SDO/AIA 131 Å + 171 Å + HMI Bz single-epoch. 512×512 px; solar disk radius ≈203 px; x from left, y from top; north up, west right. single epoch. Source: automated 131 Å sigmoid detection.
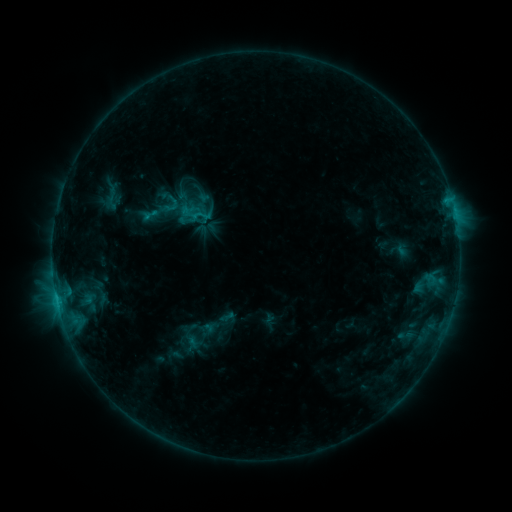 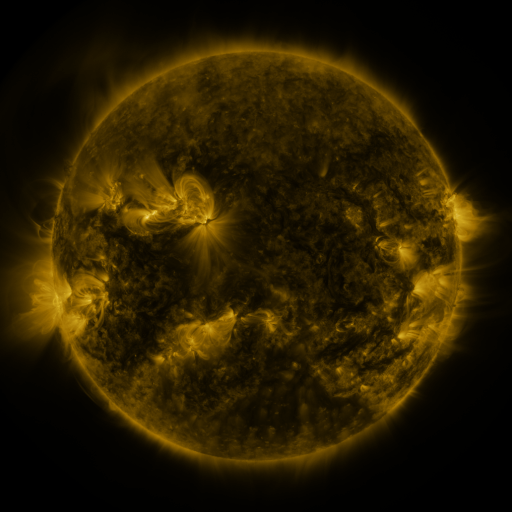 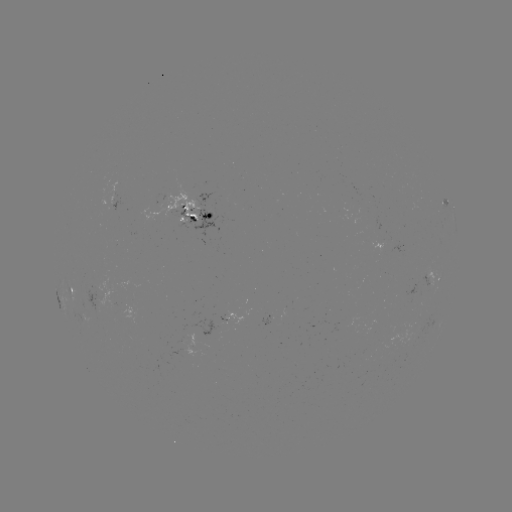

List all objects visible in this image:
sigmoid: (150, 215)
sigmoid: (202, 215)
